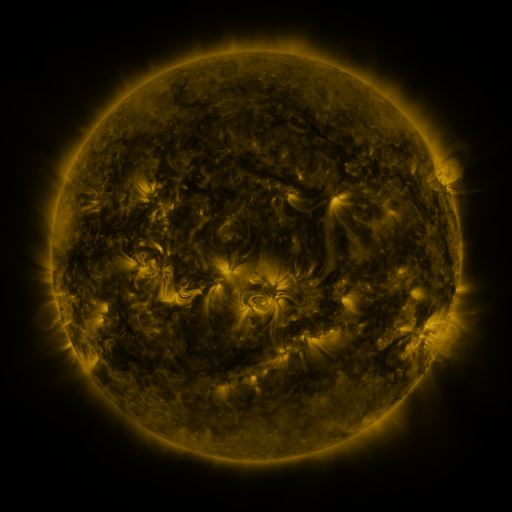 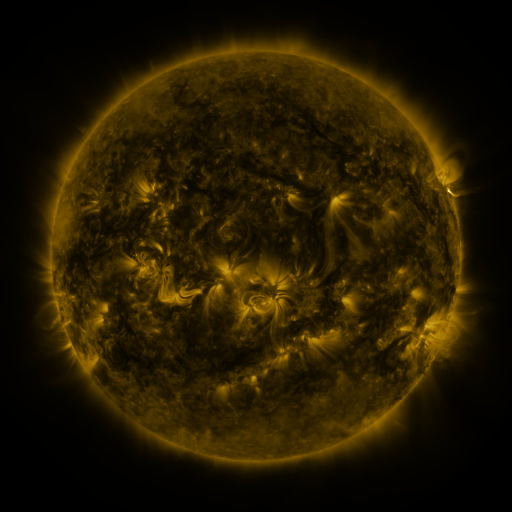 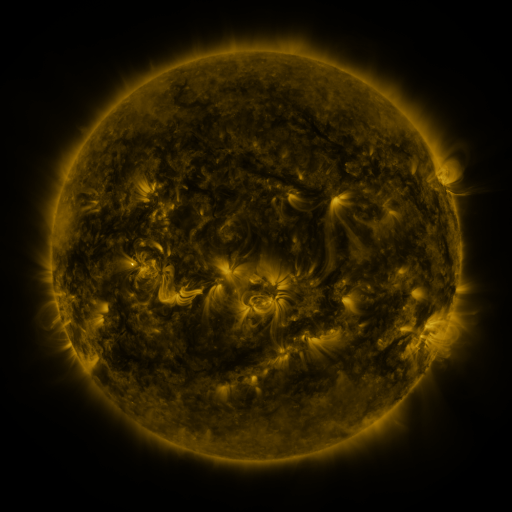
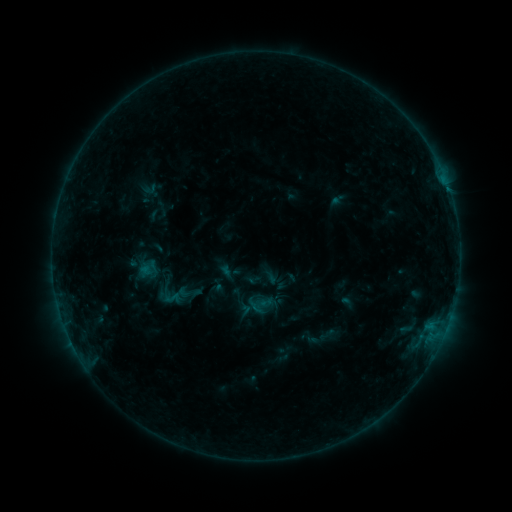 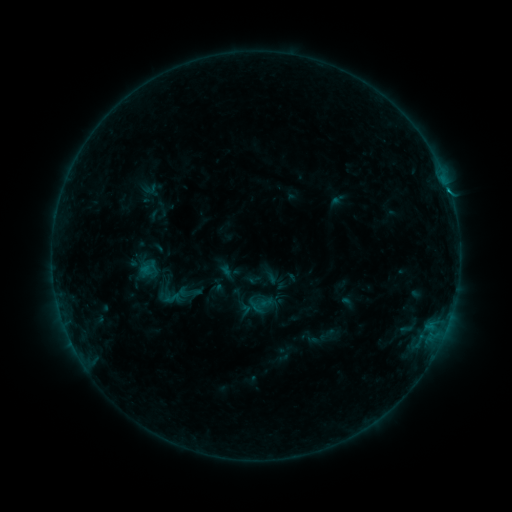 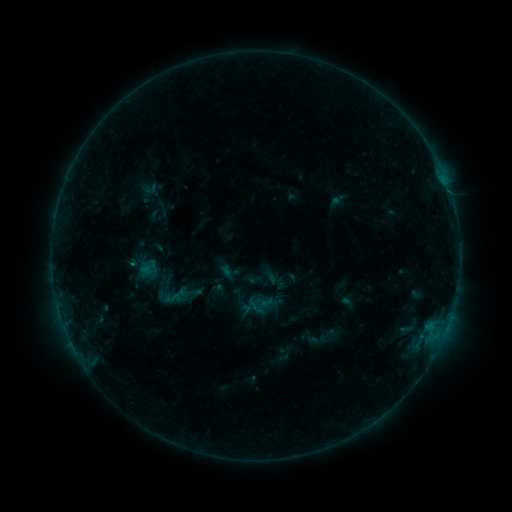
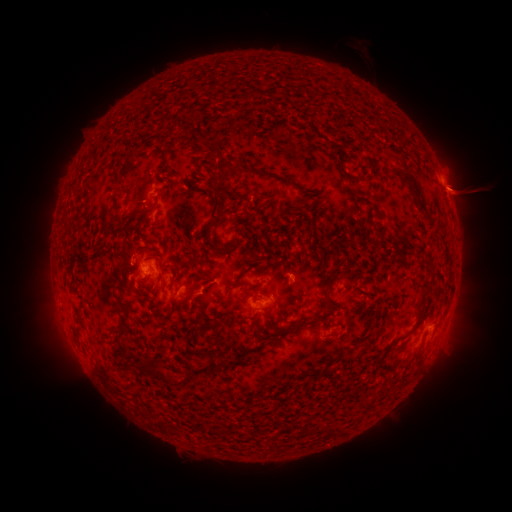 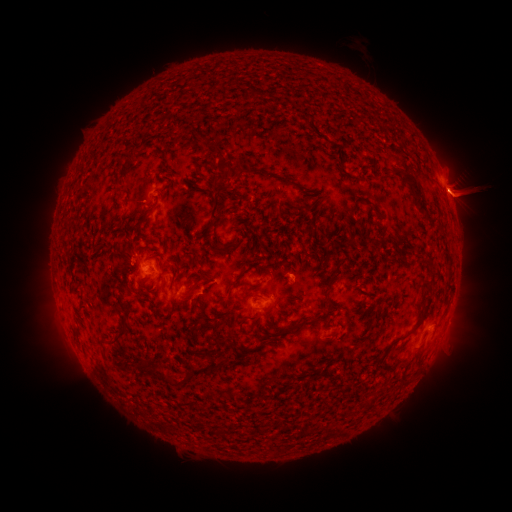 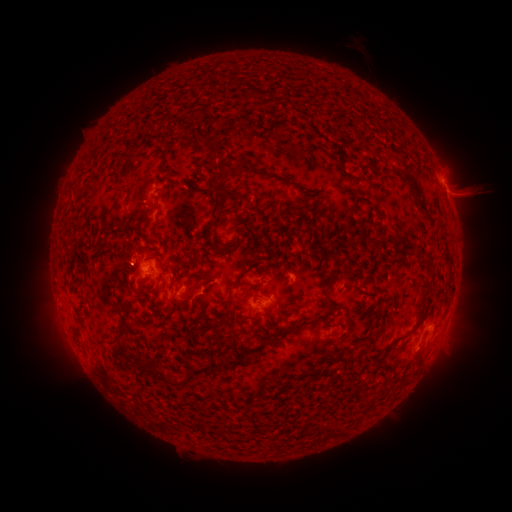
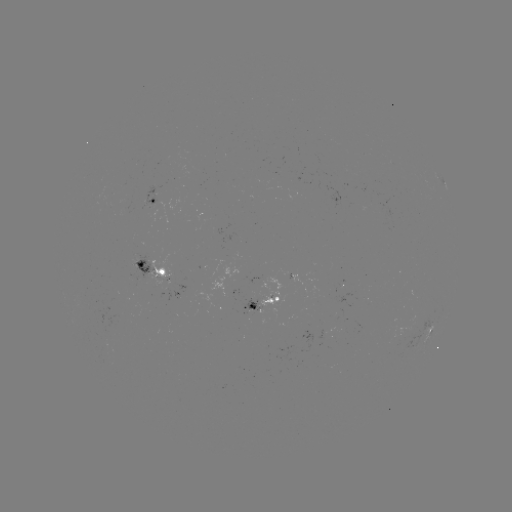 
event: flare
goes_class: B6.3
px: (430, 323)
